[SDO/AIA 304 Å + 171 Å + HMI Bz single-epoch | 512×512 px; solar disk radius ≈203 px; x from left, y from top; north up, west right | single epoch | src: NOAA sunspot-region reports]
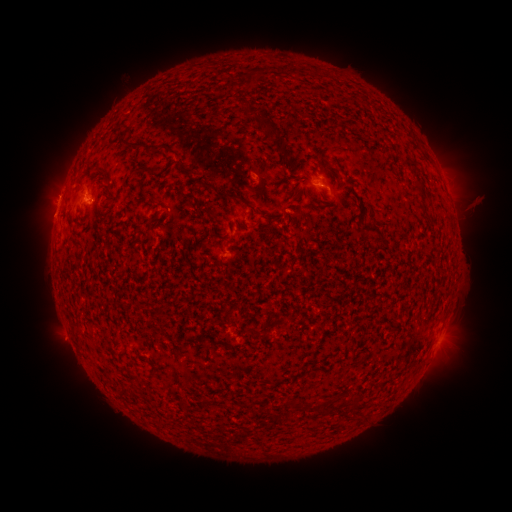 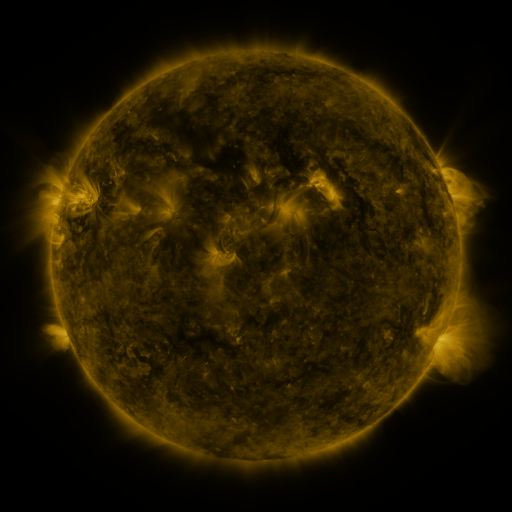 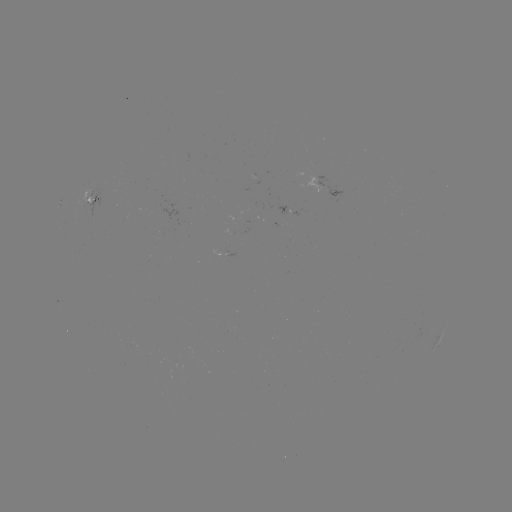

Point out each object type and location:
spotted active region: (328, 185)
spotted active region: (93, 195)
spotted active region: (440, 338)
